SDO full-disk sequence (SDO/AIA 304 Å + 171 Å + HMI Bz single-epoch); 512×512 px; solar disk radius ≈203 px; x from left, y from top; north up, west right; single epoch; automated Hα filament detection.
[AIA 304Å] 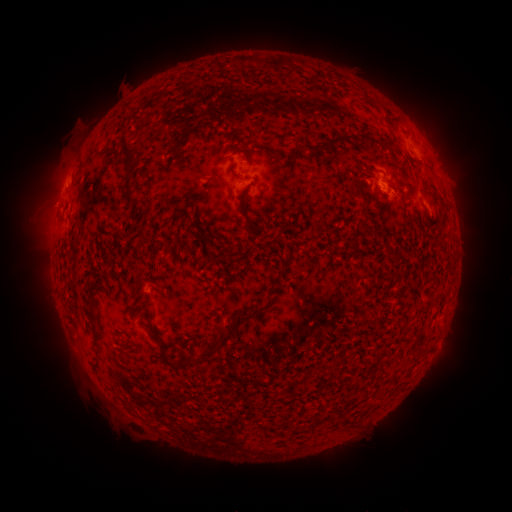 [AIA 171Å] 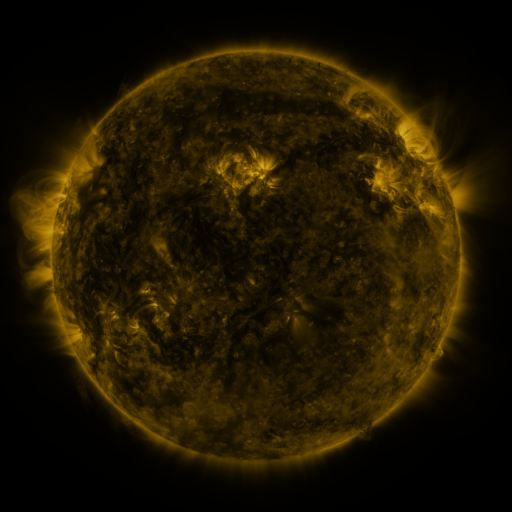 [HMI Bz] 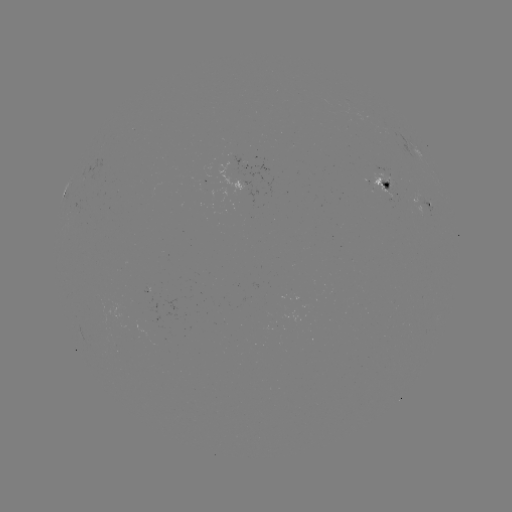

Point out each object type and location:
filament: (337, 142)
filament: (373, 147)
filament: (125, 149)
filament: (245, 192)
filament: (131, 198)
filament: (250, 226)
filament: (233, 328)
filament: (161, 351)
filament: (207, 352)
